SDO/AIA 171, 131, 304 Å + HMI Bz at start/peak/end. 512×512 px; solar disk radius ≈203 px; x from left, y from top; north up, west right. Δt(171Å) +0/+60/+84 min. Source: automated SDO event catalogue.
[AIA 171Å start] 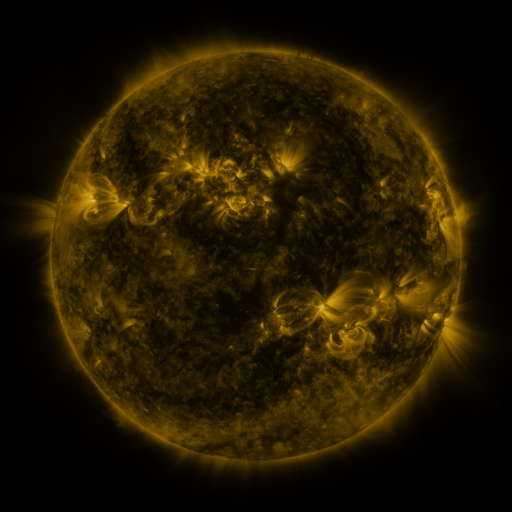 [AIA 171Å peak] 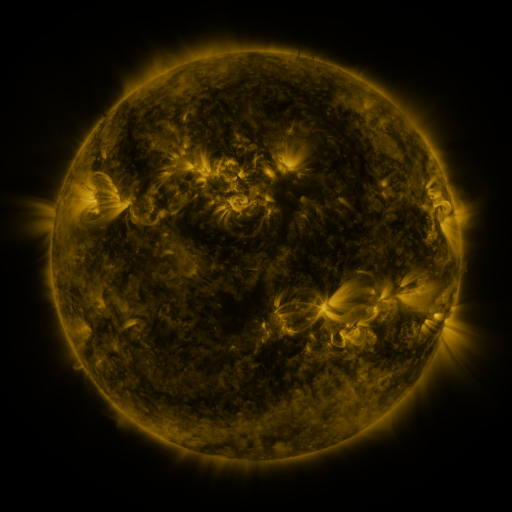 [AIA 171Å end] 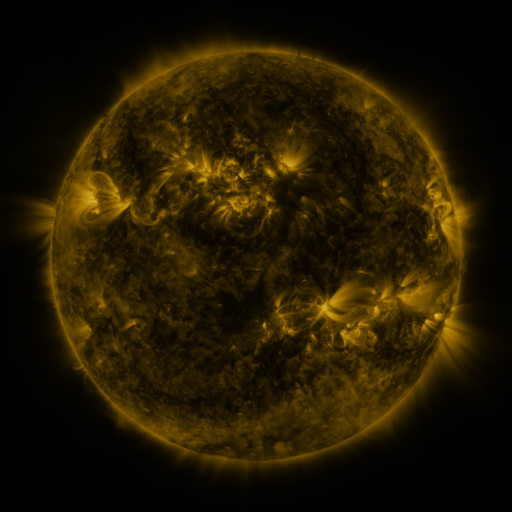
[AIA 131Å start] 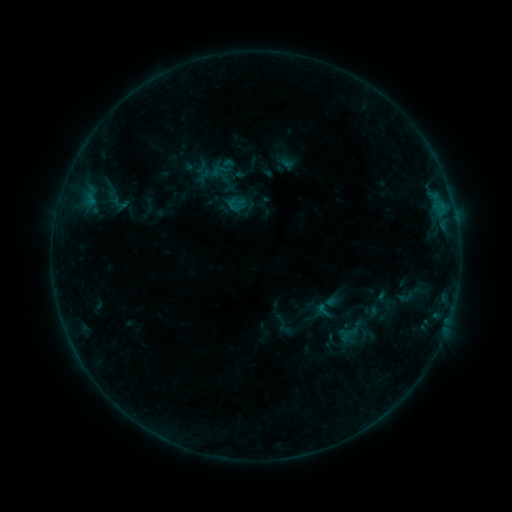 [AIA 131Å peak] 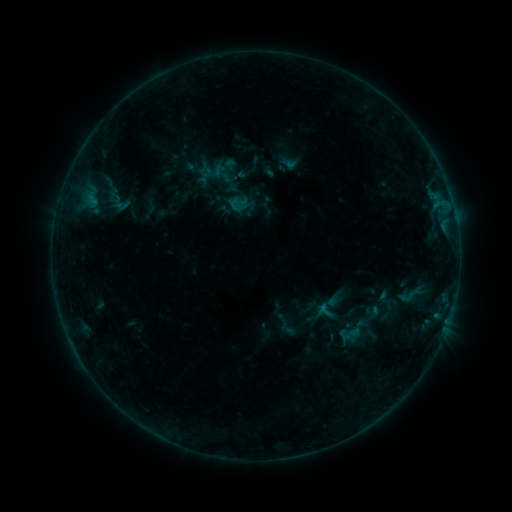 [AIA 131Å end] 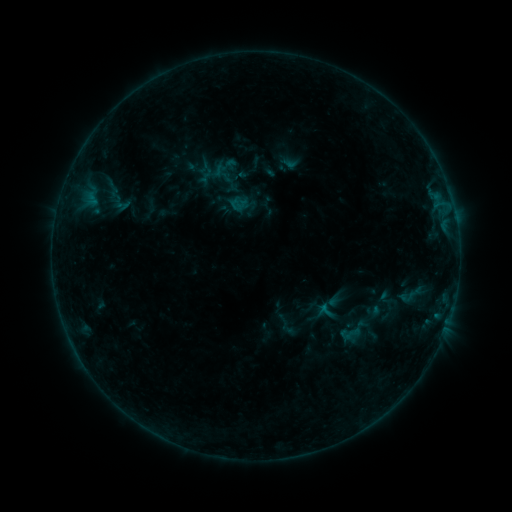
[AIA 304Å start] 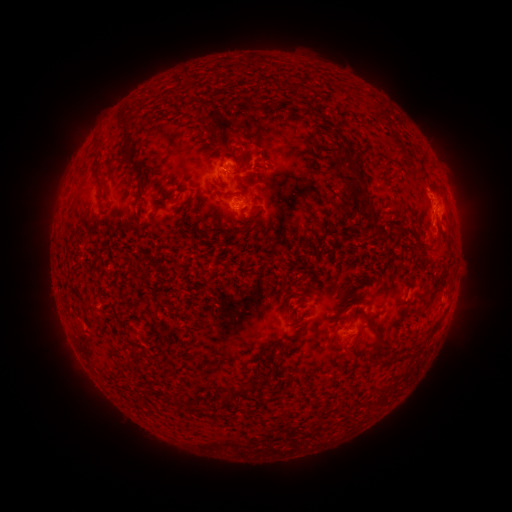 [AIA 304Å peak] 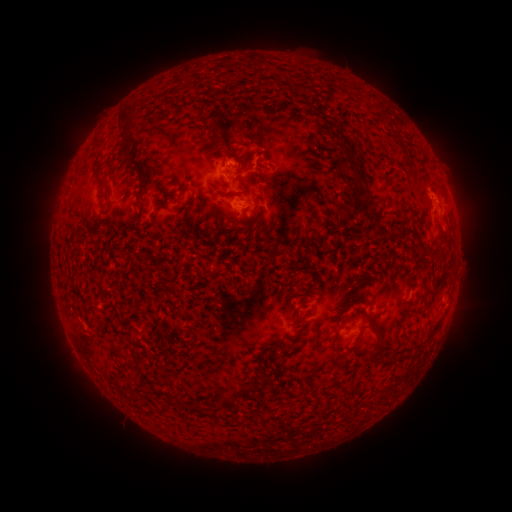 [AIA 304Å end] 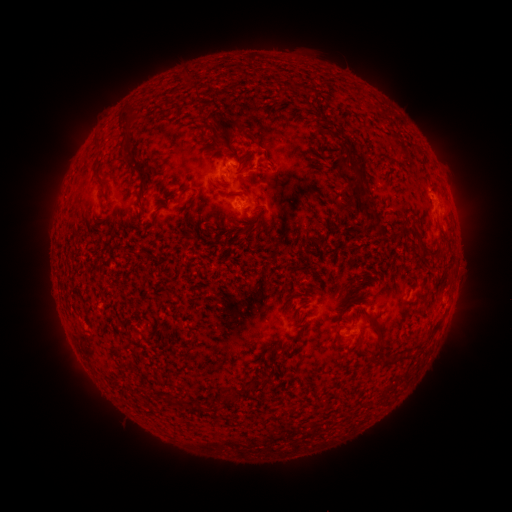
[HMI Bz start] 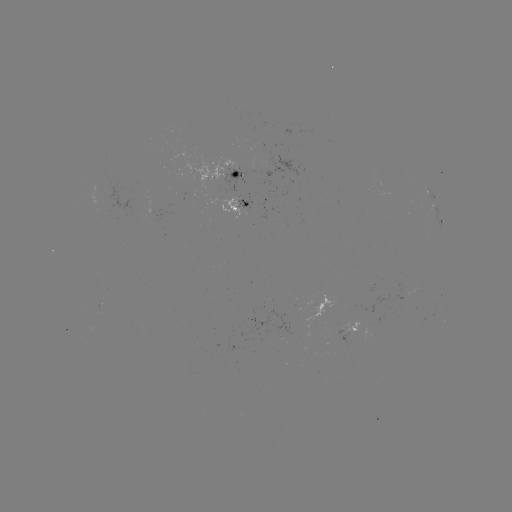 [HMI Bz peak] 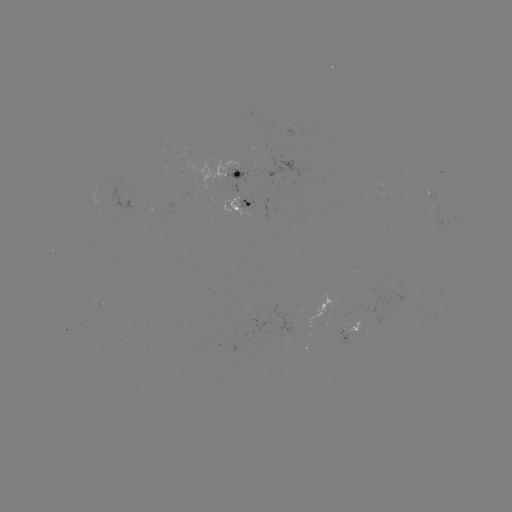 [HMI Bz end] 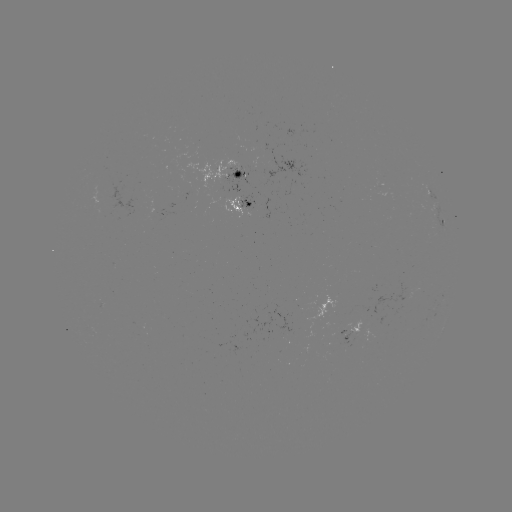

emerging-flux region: (224, 167, 247, 194)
